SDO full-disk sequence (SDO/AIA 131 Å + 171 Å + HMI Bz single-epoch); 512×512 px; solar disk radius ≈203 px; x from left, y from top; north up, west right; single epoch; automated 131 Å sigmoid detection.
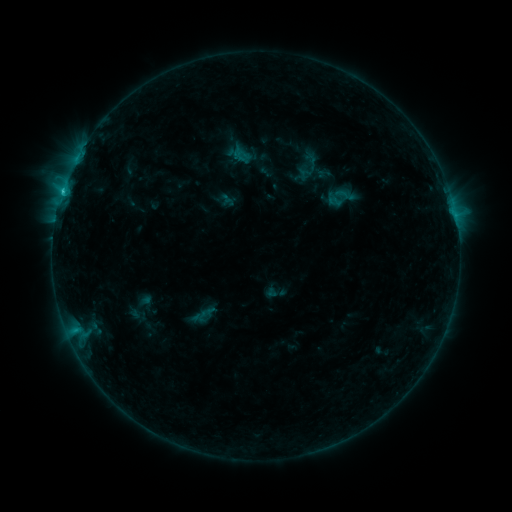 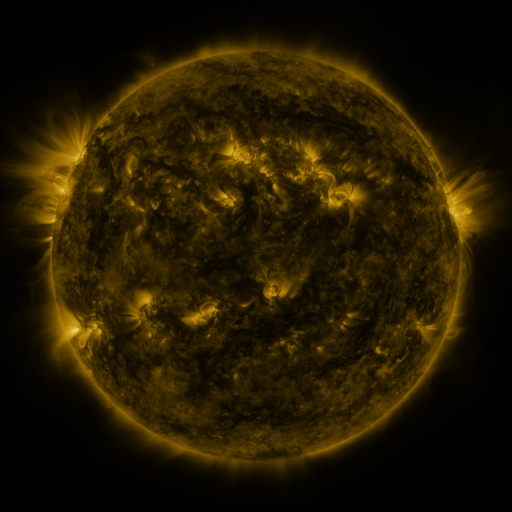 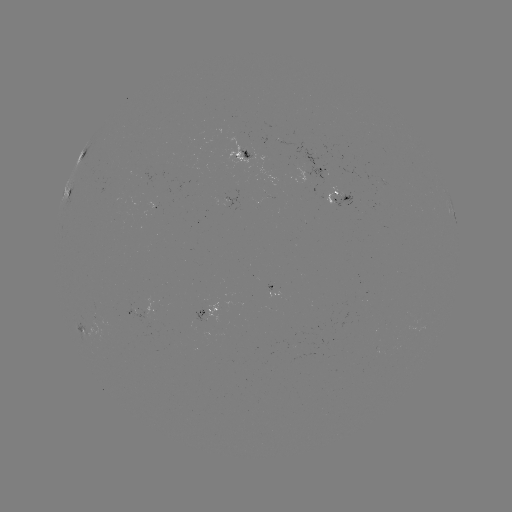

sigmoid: (325, 193, 344, 210)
